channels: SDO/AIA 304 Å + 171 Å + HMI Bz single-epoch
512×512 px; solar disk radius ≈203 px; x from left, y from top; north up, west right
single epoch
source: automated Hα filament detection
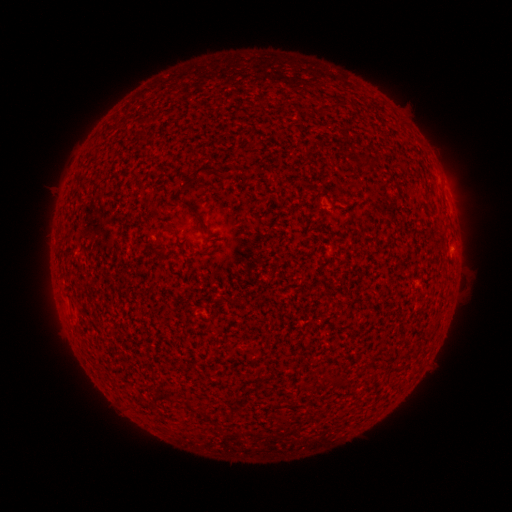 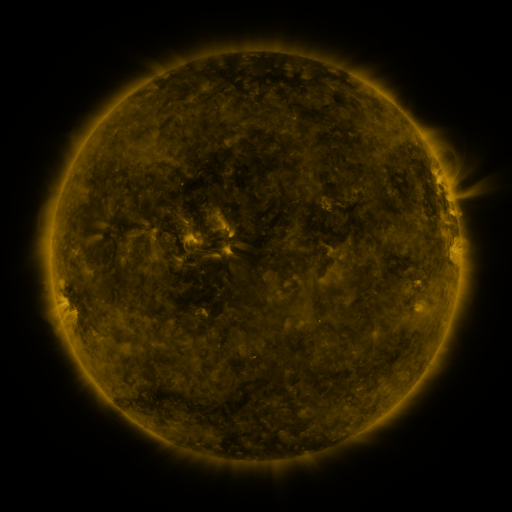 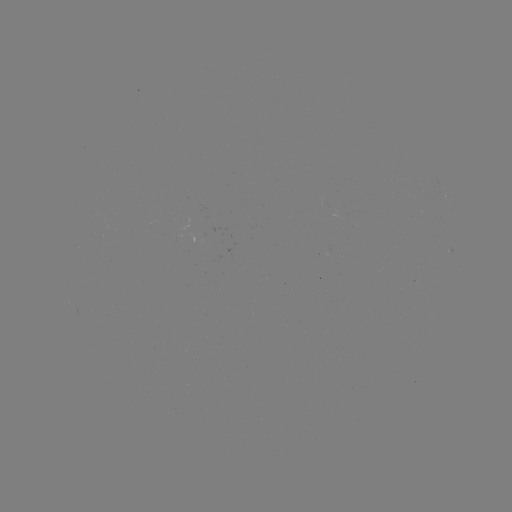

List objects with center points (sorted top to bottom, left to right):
filament: (206, 169)
filament: (191, 210)
filament: (331, 380)
filament: (170, 398)
filament: (199, 410)
